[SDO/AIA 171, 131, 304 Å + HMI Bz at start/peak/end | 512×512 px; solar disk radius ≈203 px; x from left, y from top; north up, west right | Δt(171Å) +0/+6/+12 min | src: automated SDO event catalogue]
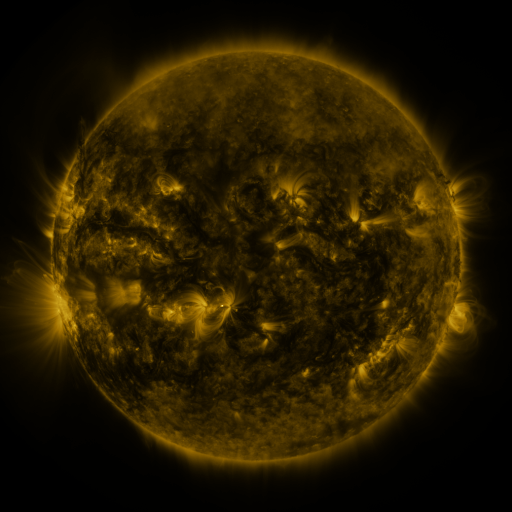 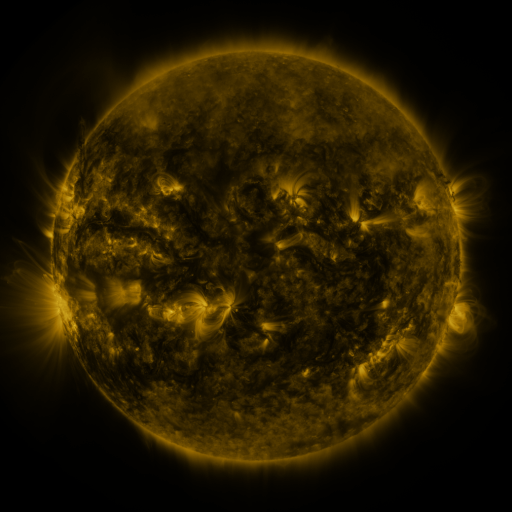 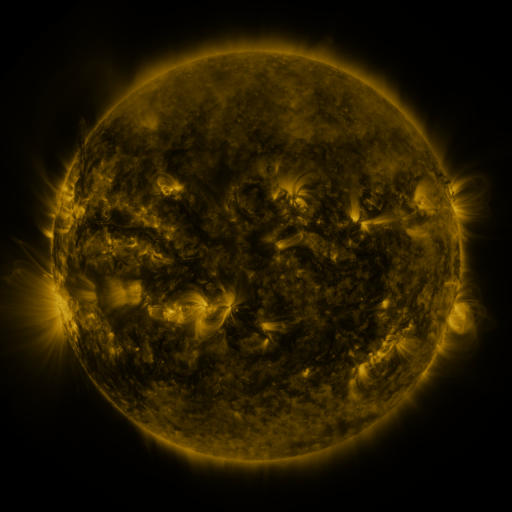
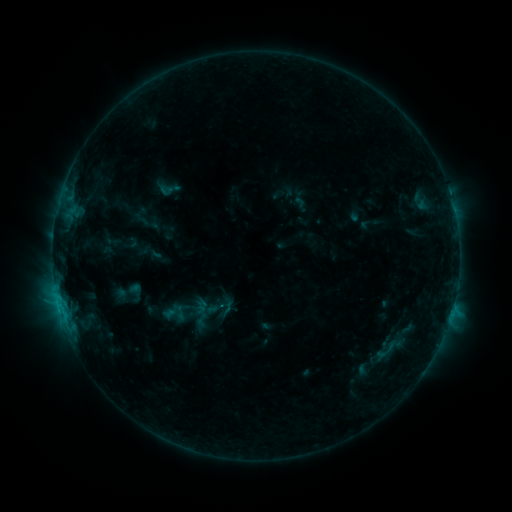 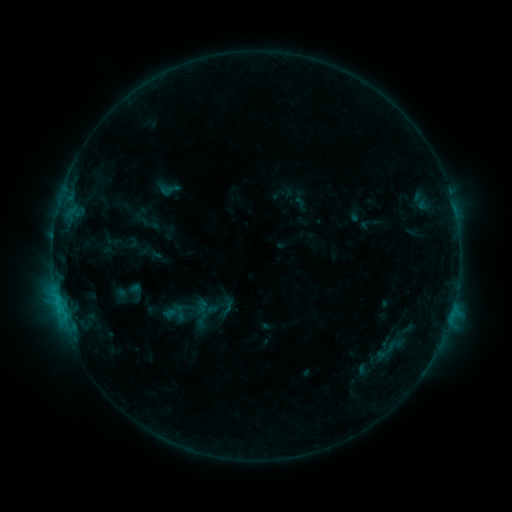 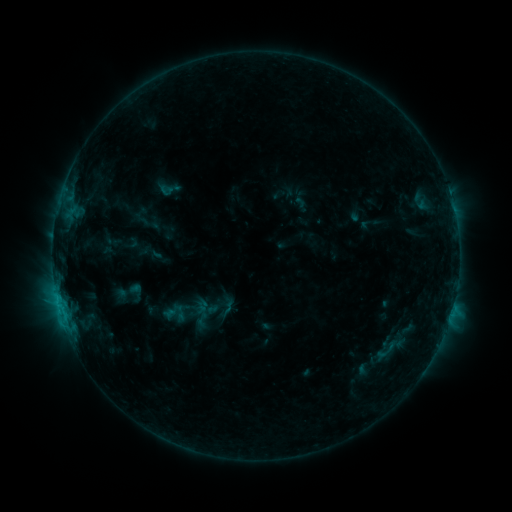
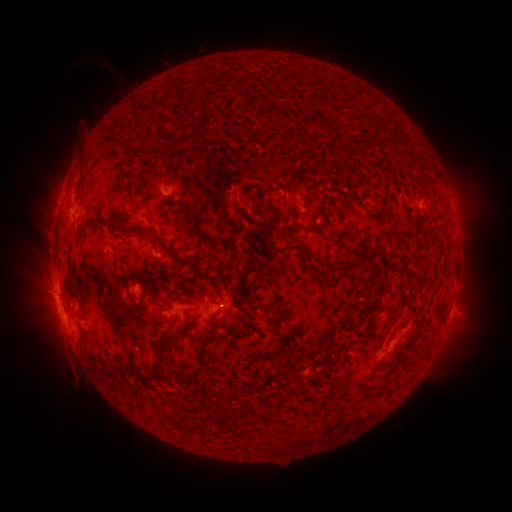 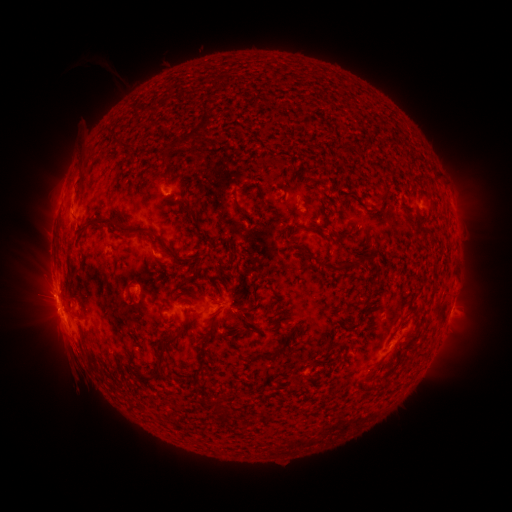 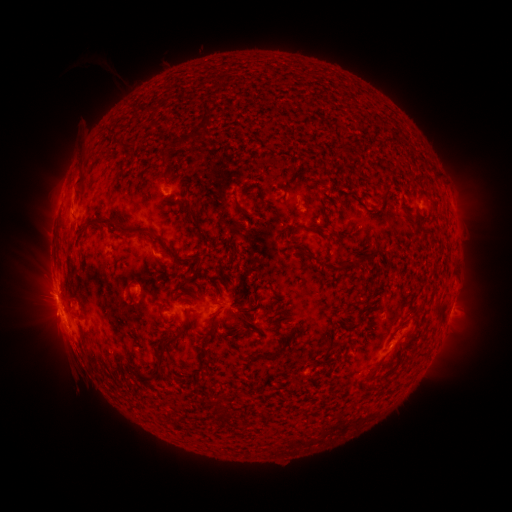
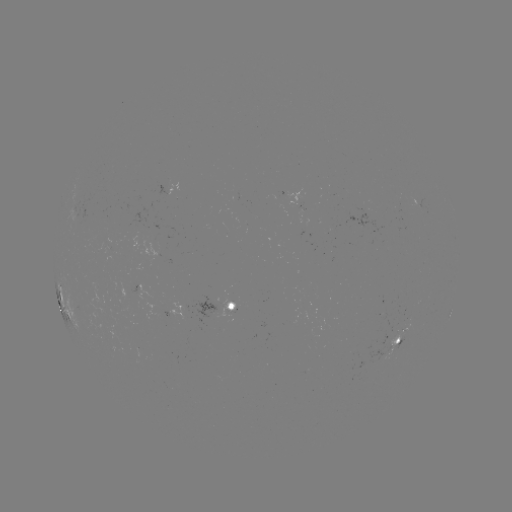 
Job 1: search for eruption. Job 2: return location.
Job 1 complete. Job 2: [49, 310].